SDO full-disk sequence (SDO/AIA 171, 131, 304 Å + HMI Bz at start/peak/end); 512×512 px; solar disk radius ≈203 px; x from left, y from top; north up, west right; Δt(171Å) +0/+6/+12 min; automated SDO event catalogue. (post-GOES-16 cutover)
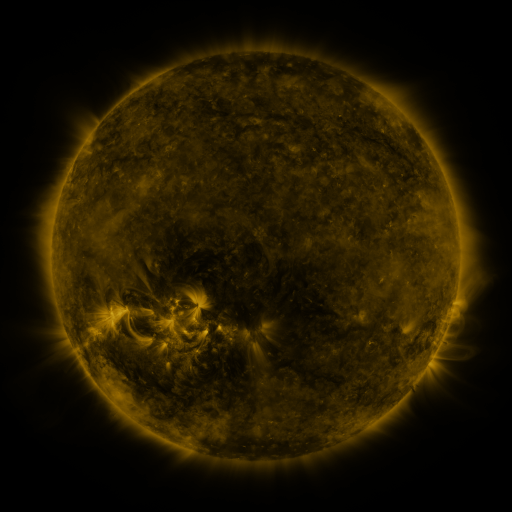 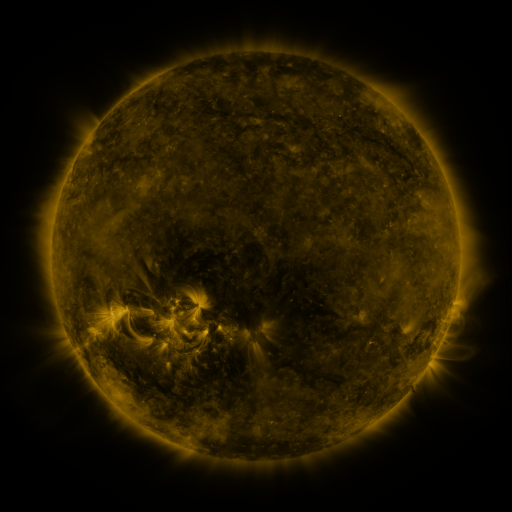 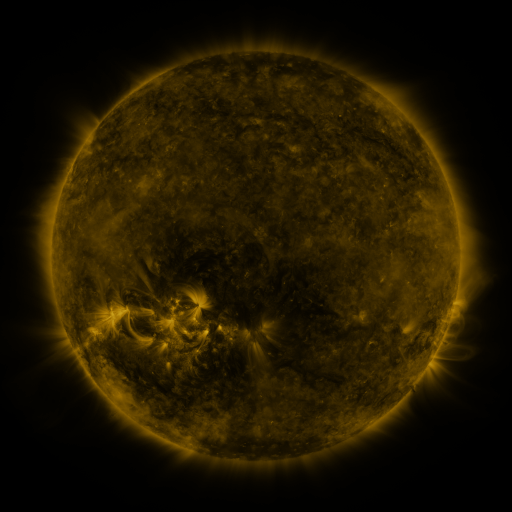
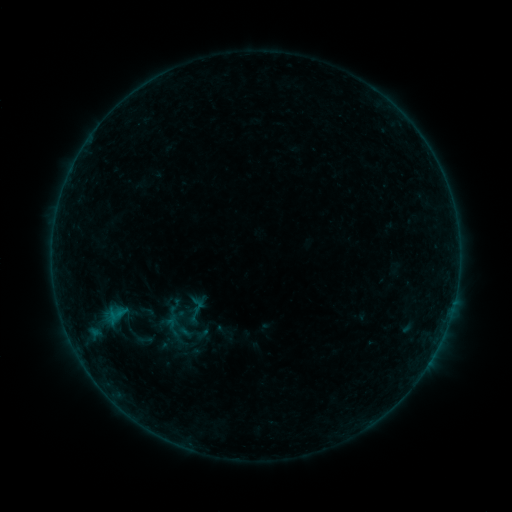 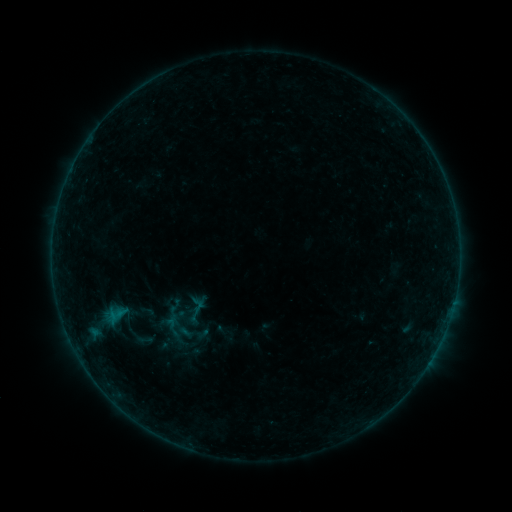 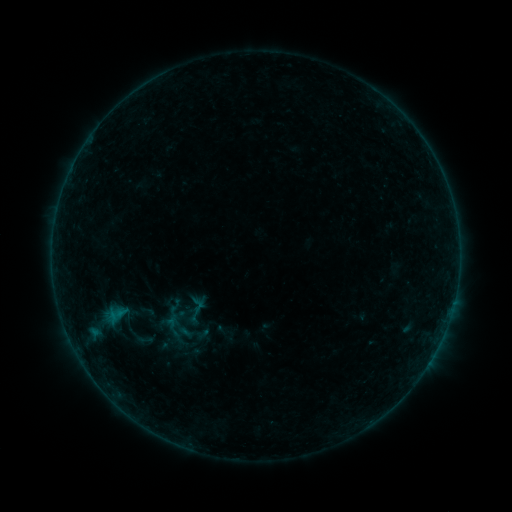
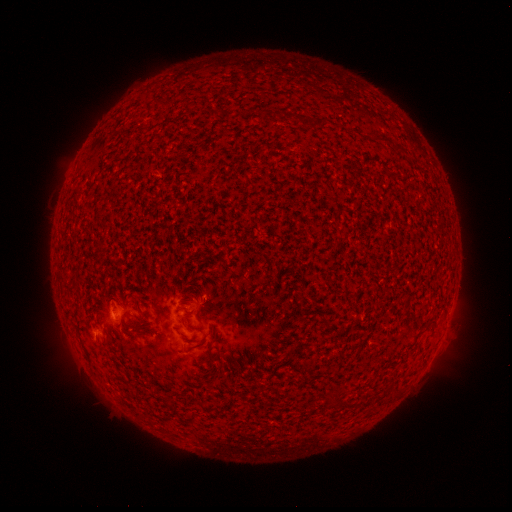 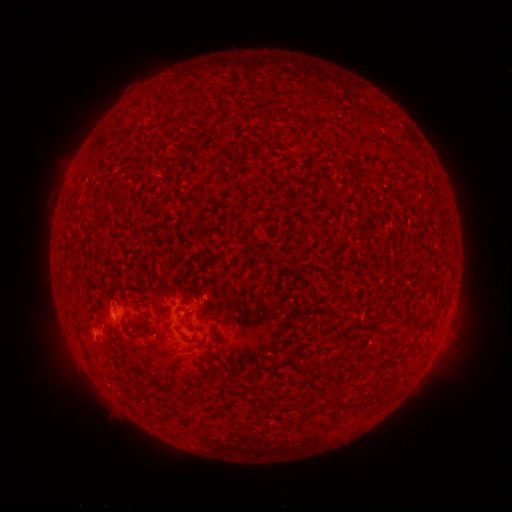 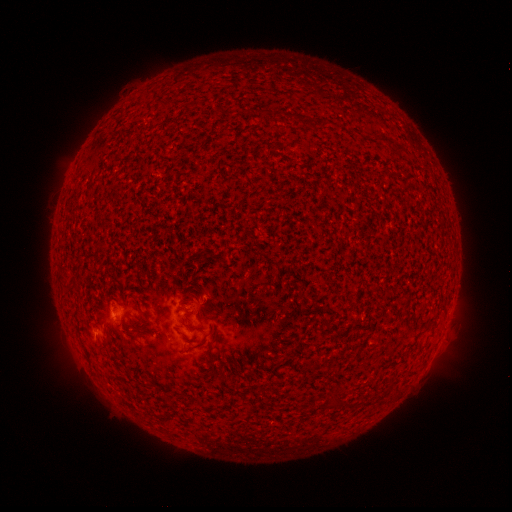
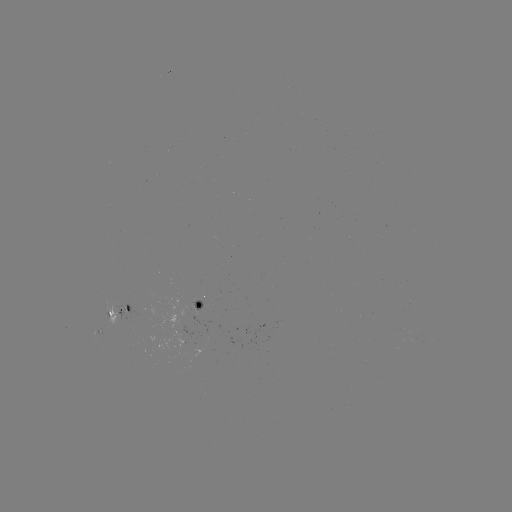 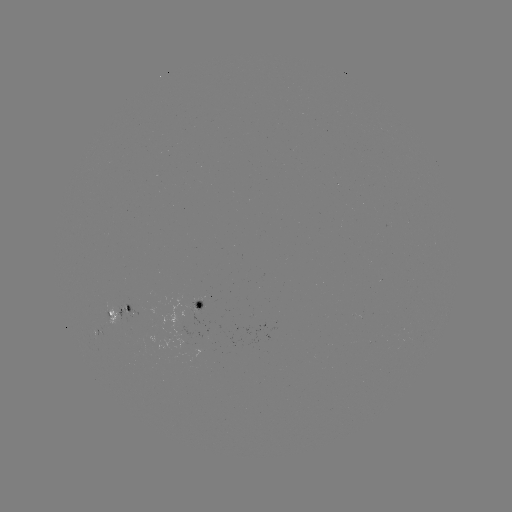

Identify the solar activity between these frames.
nothing was catalogued: no classed flare, no EUV trigger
